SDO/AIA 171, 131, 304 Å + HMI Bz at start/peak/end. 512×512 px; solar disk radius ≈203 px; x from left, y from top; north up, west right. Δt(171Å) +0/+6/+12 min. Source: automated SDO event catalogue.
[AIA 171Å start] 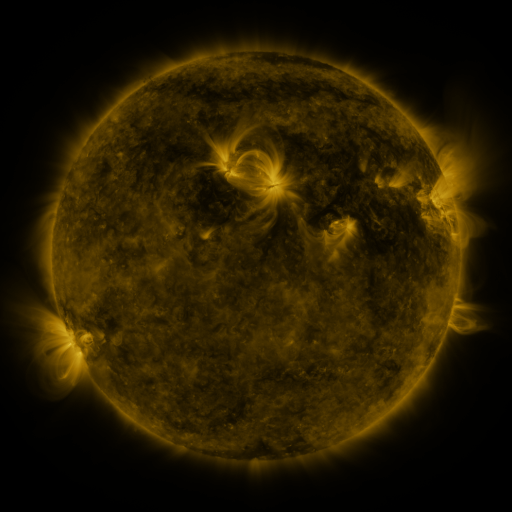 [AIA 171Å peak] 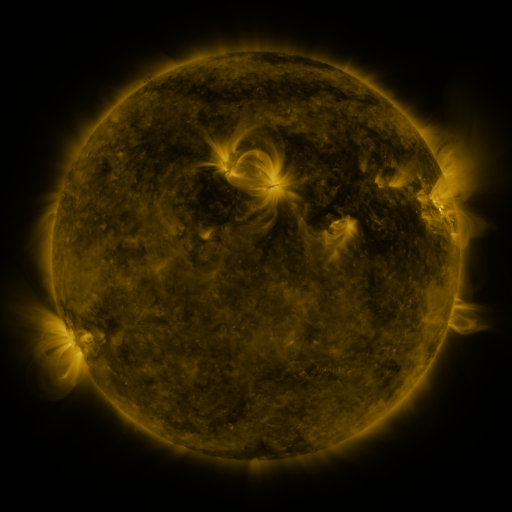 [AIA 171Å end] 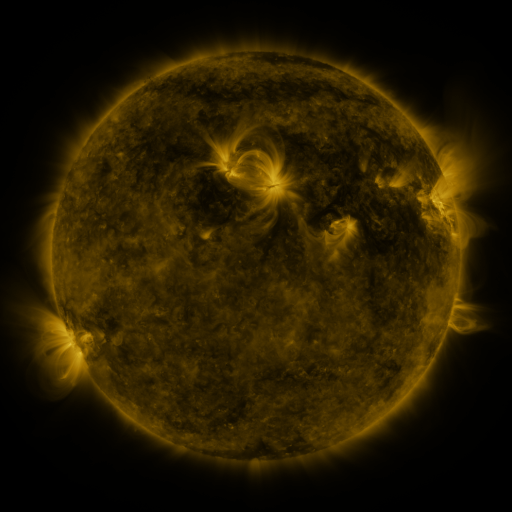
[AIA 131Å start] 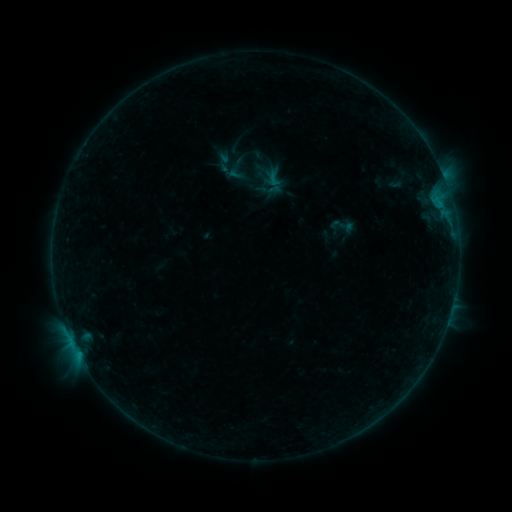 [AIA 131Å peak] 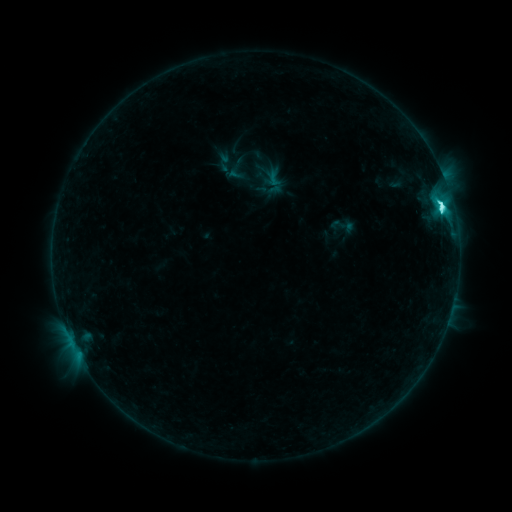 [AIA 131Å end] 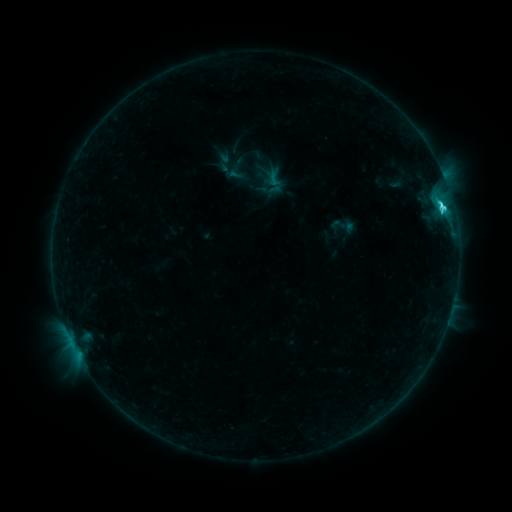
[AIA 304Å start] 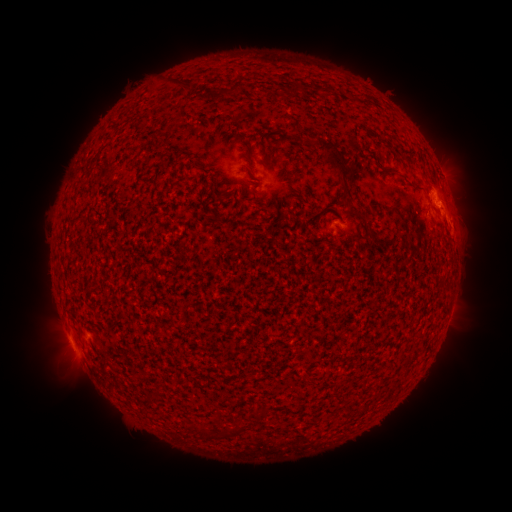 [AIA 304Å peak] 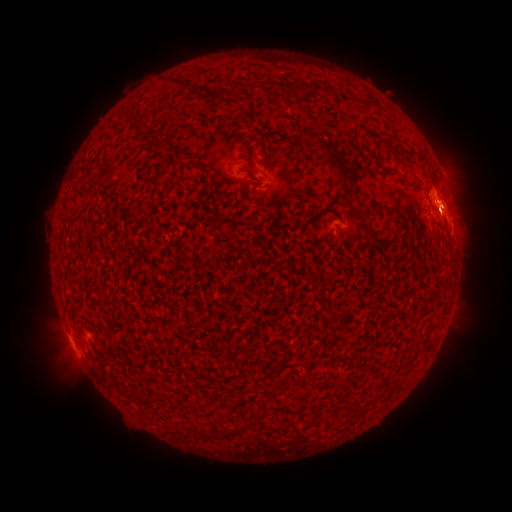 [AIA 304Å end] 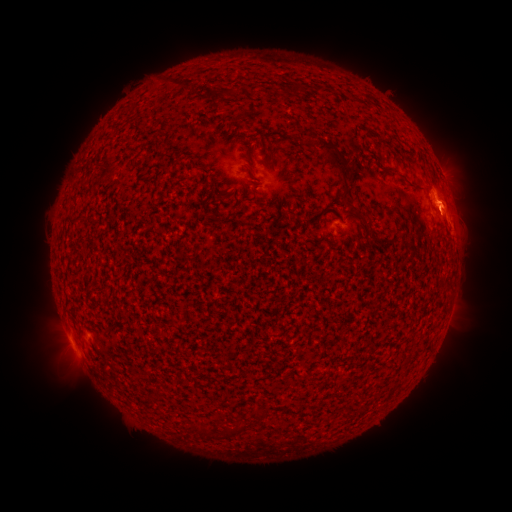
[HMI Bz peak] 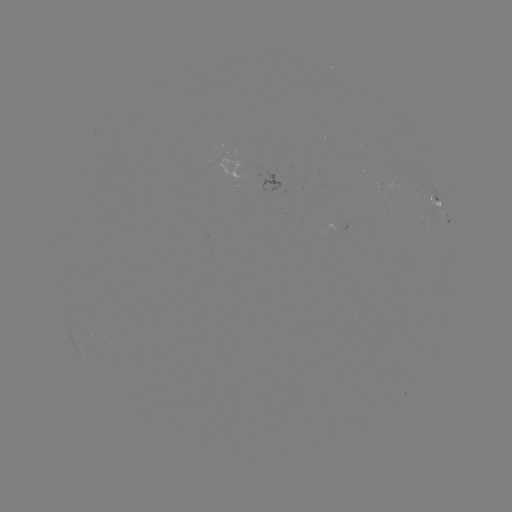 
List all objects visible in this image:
C5.4 flare: (441, 211)
